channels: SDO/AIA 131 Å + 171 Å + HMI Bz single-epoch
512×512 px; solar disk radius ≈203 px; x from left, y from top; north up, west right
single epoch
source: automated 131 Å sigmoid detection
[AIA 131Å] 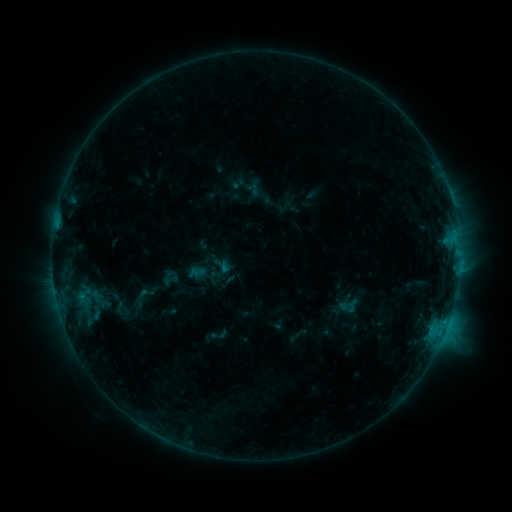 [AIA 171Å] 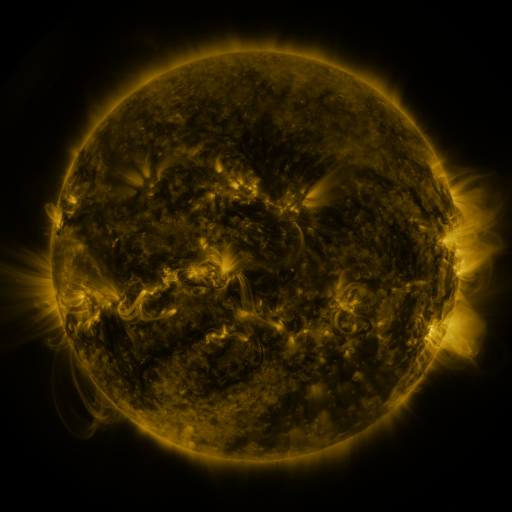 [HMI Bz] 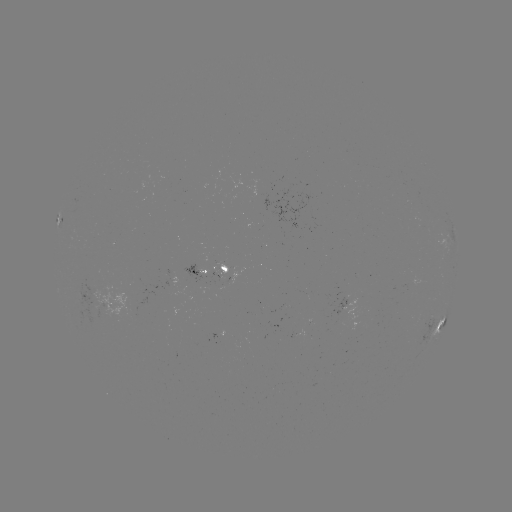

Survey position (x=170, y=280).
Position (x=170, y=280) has sigmoid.